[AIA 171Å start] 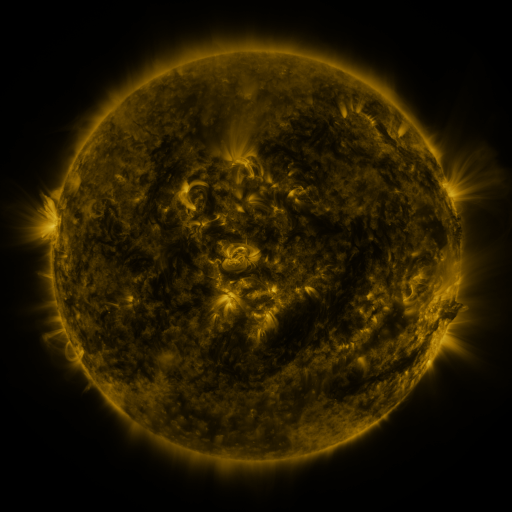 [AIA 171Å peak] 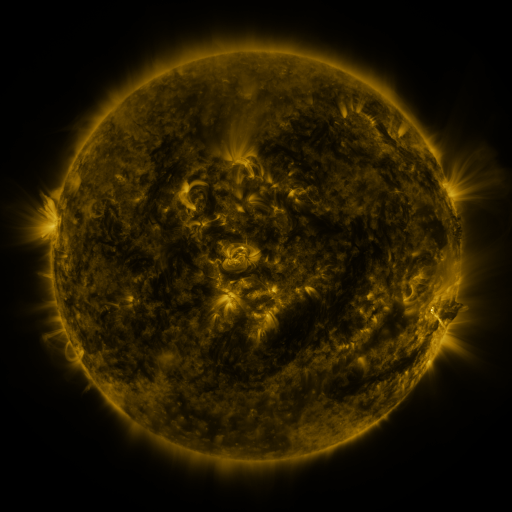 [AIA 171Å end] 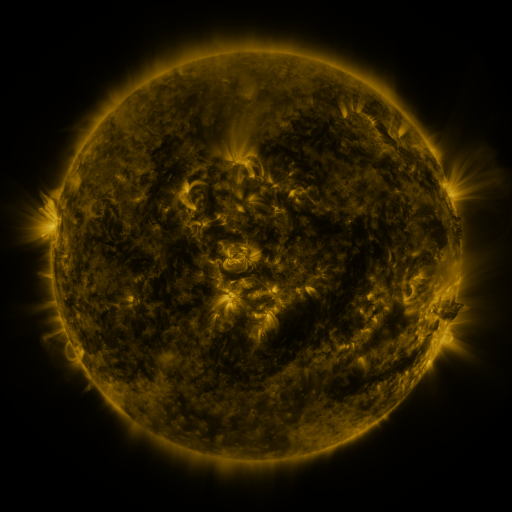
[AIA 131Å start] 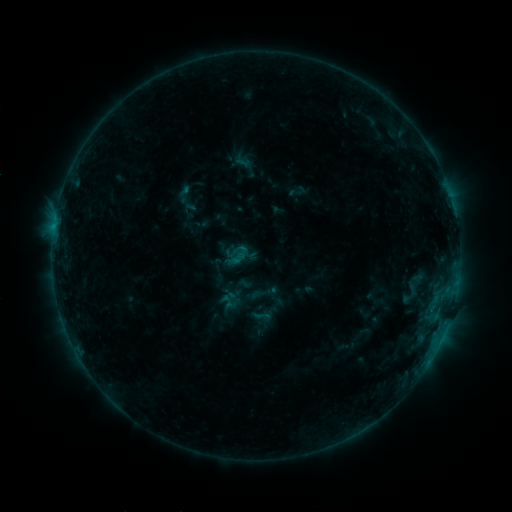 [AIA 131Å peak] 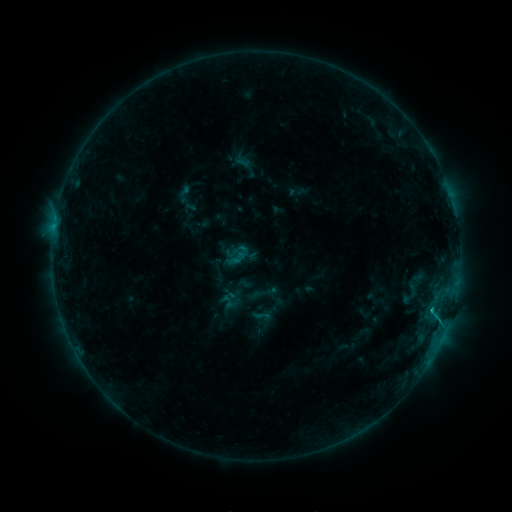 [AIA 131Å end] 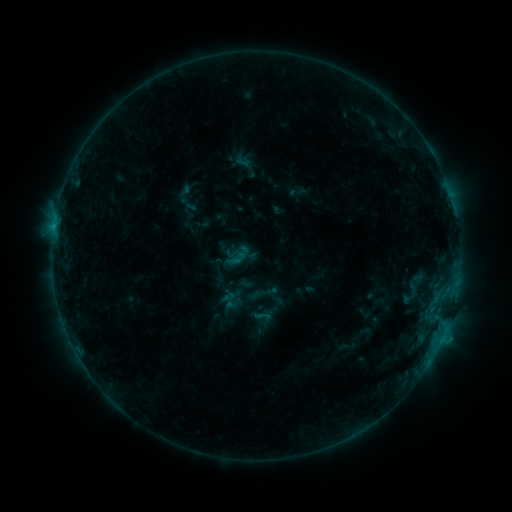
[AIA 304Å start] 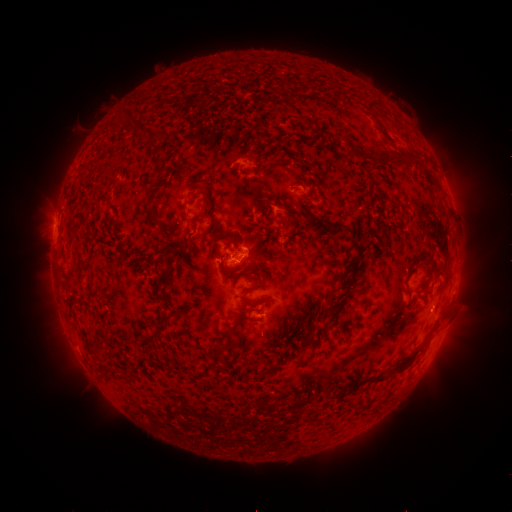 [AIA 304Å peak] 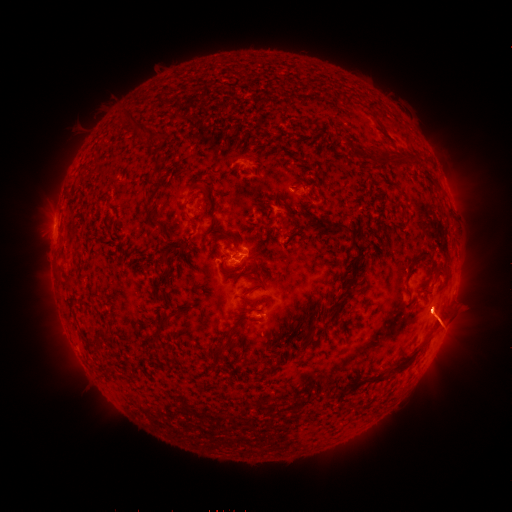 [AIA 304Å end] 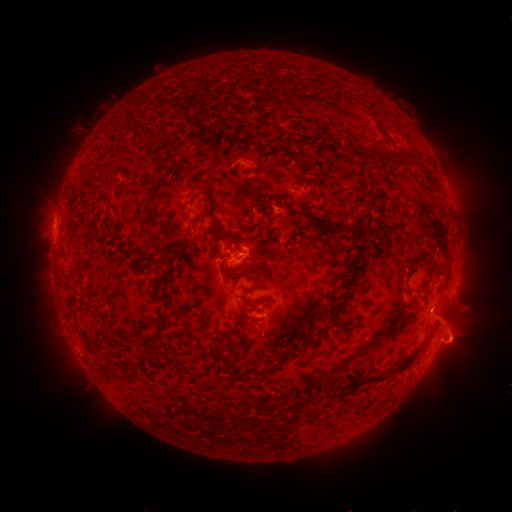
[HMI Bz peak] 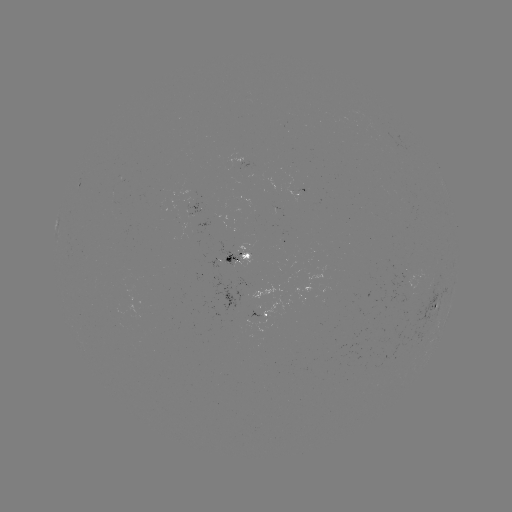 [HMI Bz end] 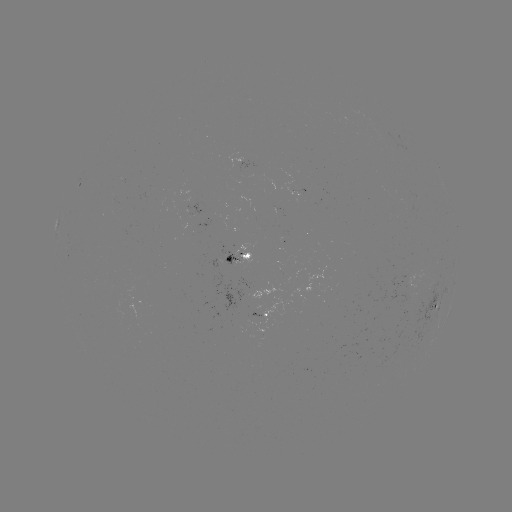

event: eruption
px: (447, 324)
